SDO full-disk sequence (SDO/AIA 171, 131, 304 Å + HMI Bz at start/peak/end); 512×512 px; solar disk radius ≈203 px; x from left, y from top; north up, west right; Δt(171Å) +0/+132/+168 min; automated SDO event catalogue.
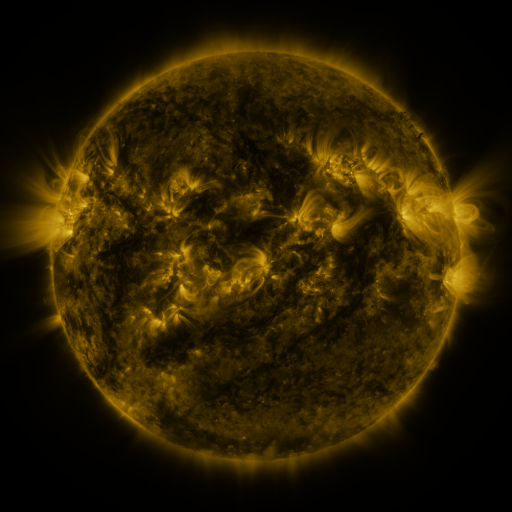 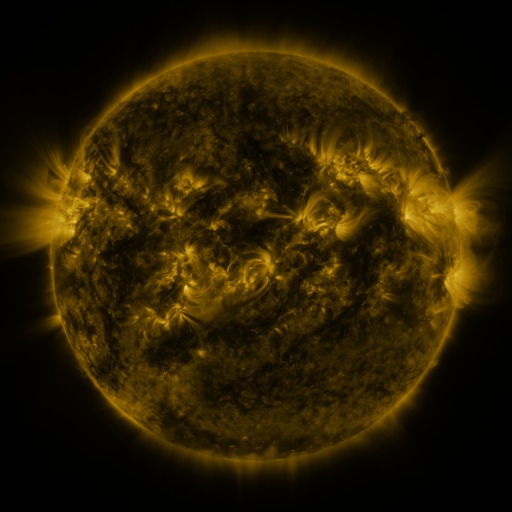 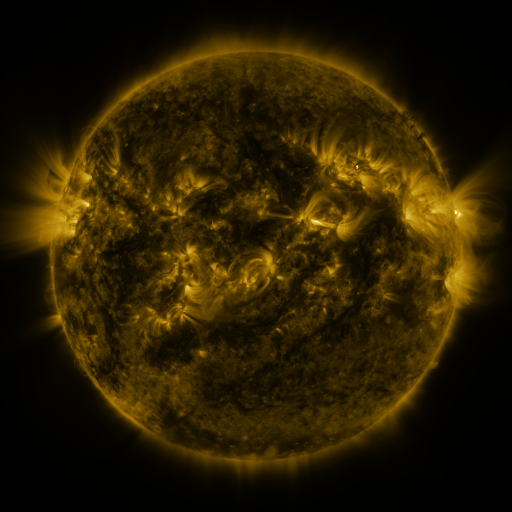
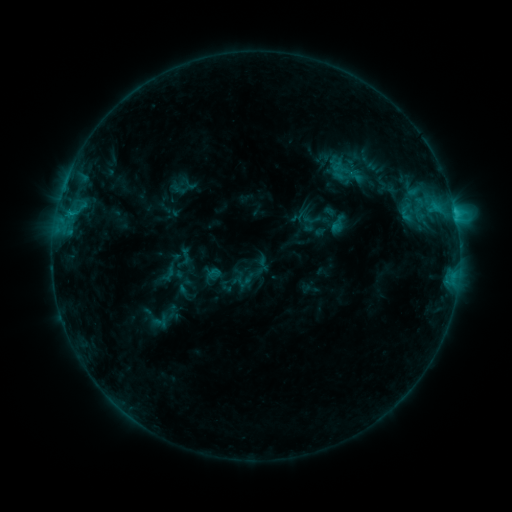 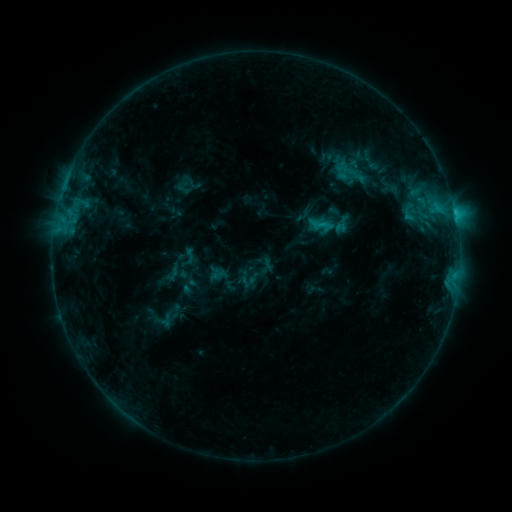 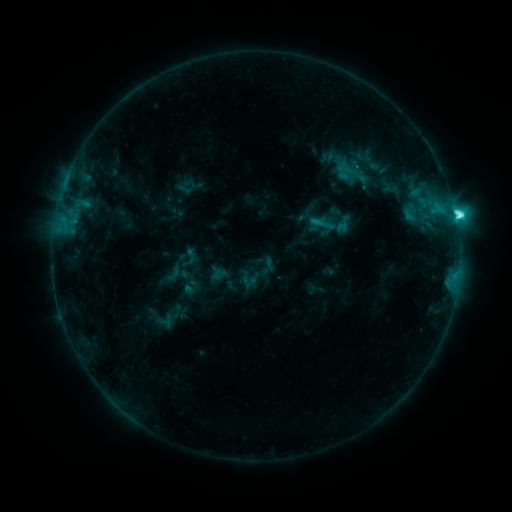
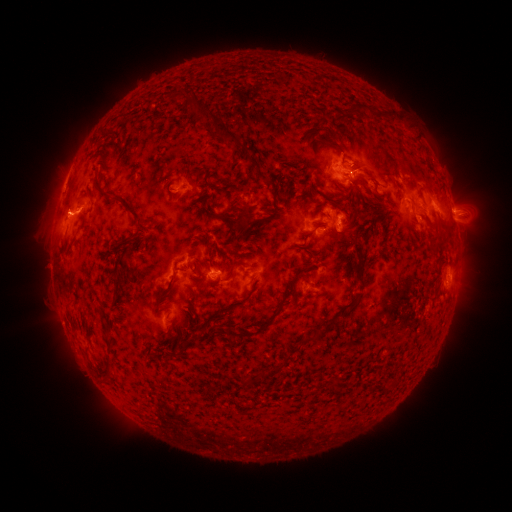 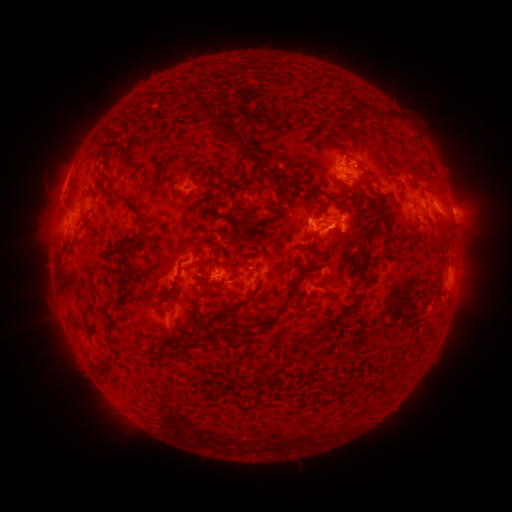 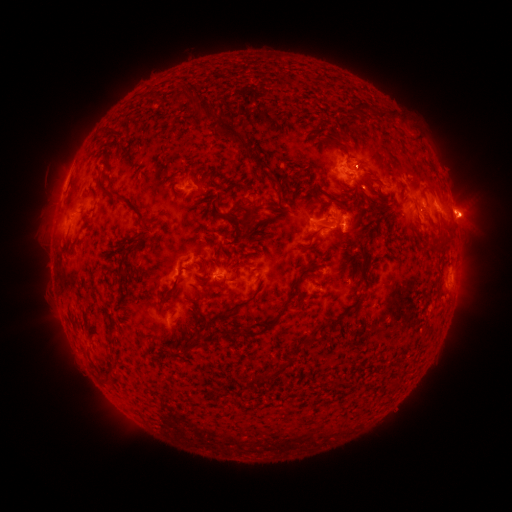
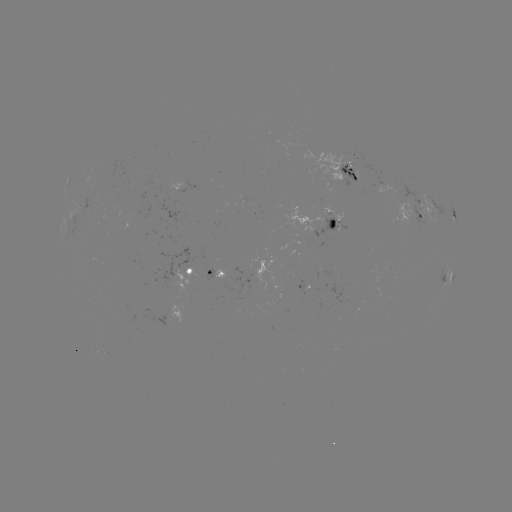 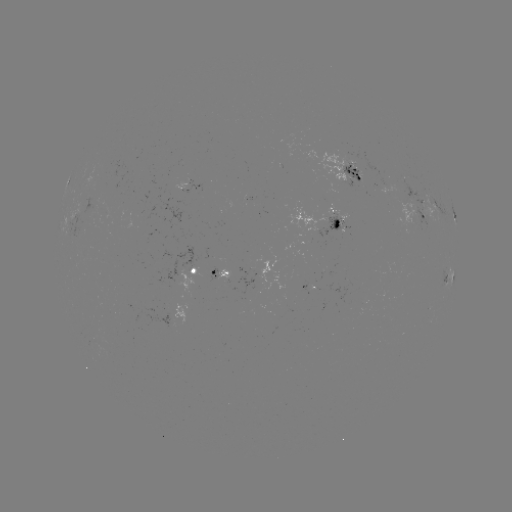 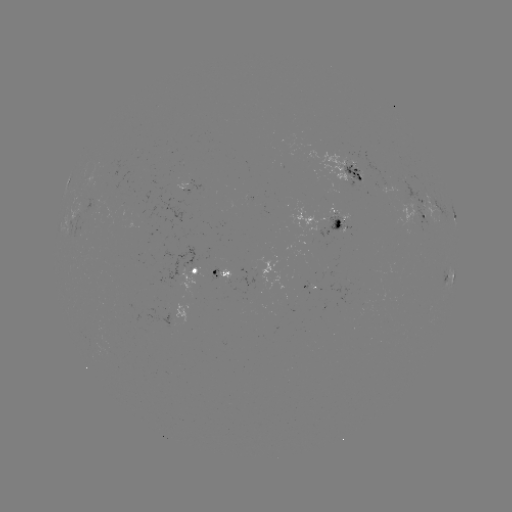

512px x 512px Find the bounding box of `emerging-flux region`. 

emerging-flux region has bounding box [85, 196, 100, 214].